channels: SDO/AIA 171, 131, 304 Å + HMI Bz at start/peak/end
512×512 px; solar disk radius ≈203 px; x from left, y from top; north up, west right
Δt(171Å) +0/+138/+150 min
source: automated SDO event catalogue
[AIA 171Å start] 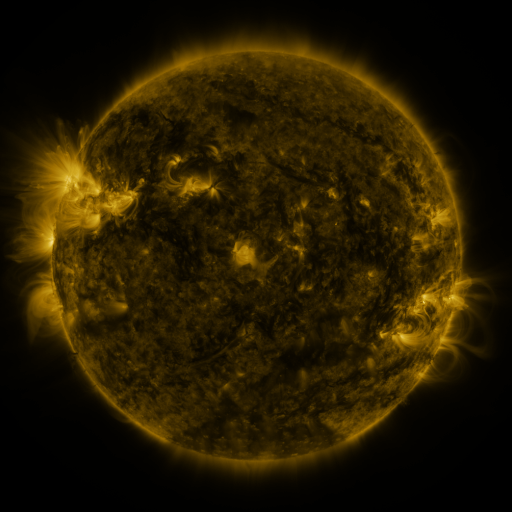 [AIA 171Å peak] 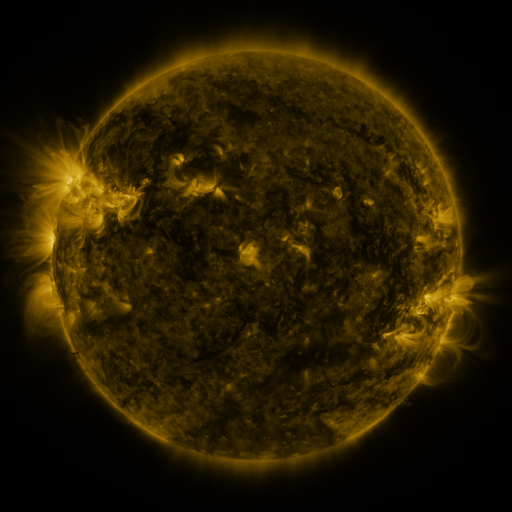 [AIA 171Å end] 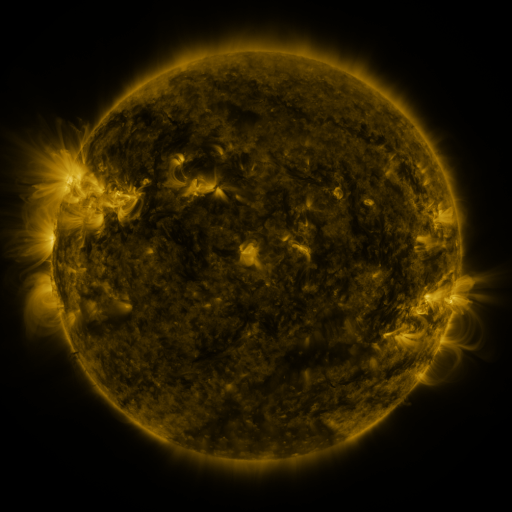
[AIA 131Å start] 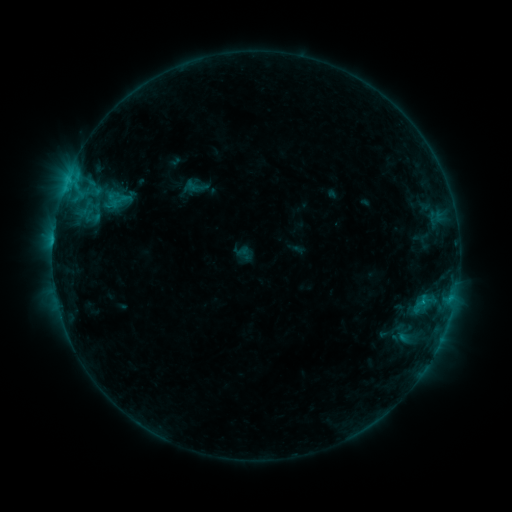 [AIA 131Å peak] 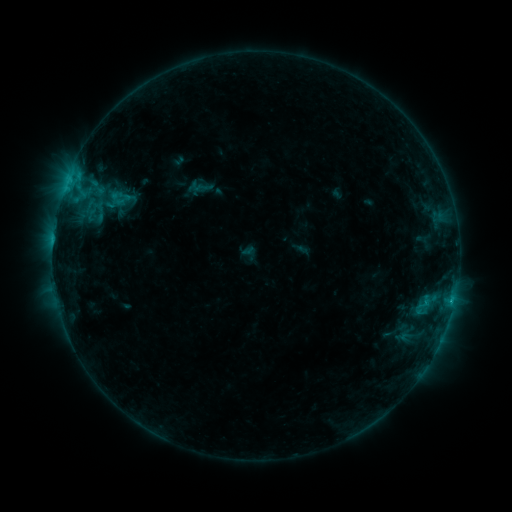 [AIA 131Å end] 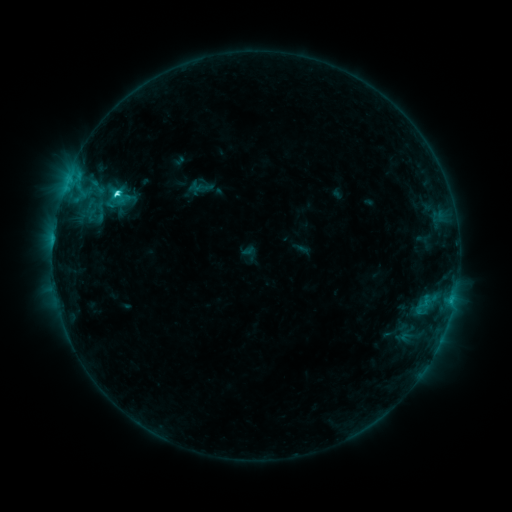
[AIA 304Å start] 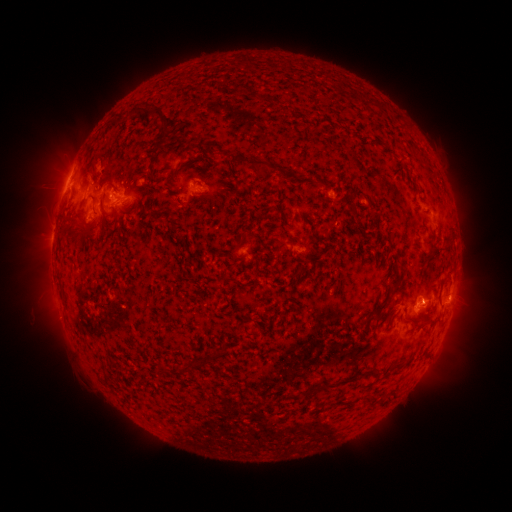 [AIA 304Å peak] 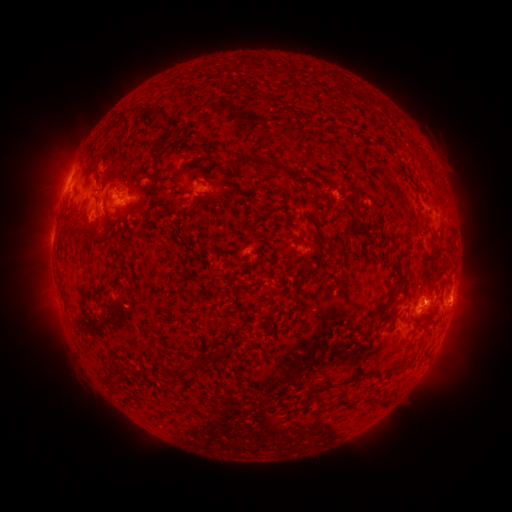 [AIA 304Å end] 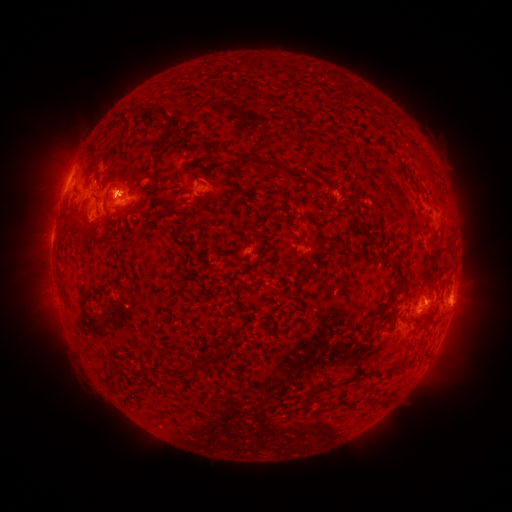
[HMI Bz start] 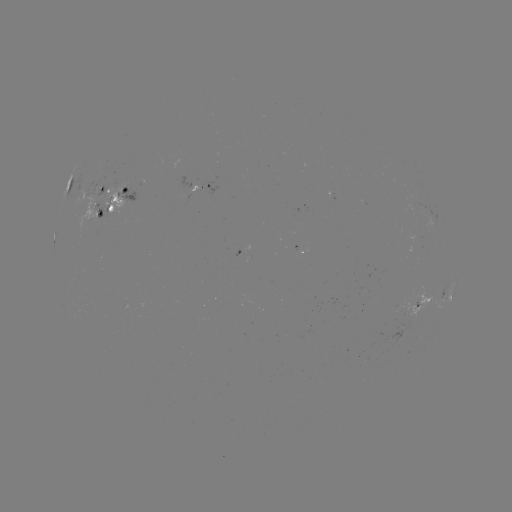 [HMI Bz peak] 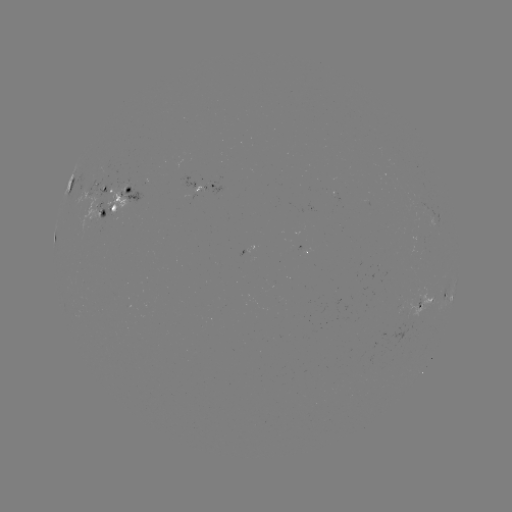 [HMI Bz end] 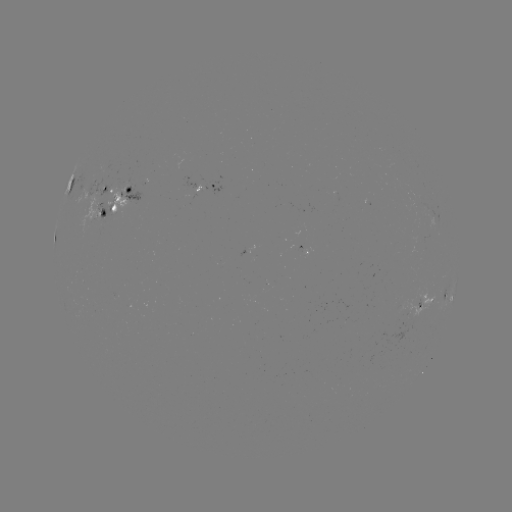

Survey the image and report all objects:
emerging-flux region: (97, 191)
